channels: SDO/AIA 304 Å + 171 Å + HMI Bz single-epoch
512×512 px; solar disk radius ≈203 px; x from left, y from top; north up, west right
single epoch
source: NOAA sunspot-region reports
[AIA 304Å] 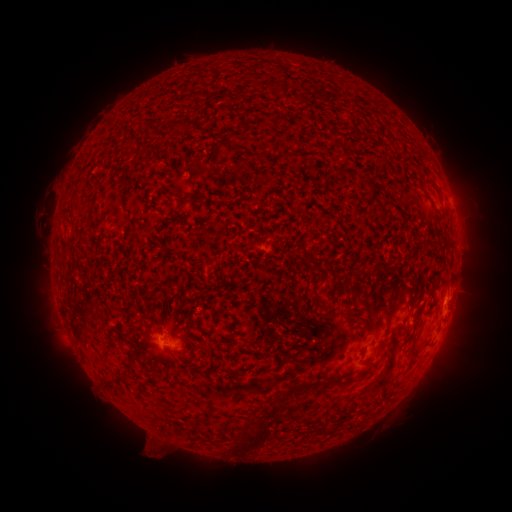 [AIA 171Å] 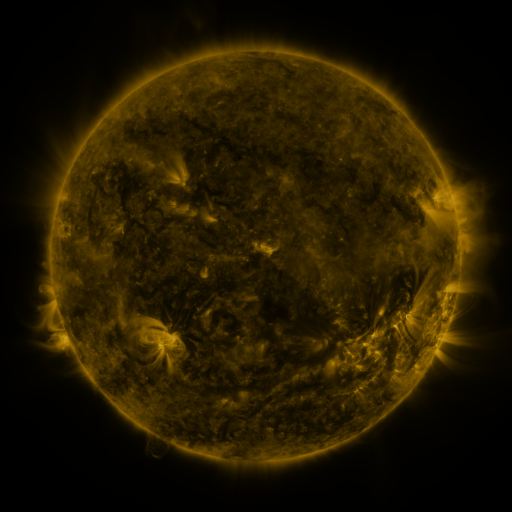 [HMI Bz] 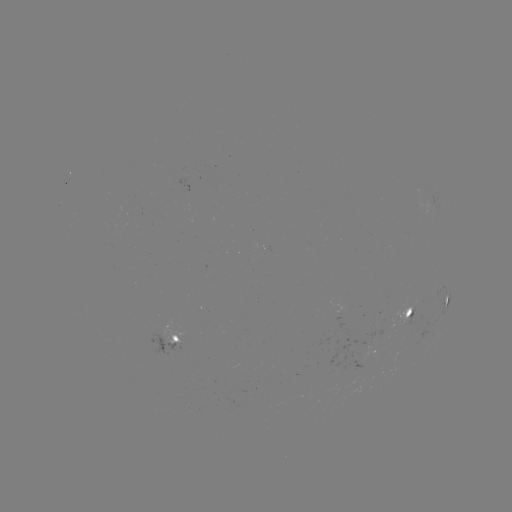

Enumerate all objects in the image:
spotted active region: (447, 297)
spotted active region: (410, 312)
spotted active region: (171, 341)
spotted active region: (377, 348)
